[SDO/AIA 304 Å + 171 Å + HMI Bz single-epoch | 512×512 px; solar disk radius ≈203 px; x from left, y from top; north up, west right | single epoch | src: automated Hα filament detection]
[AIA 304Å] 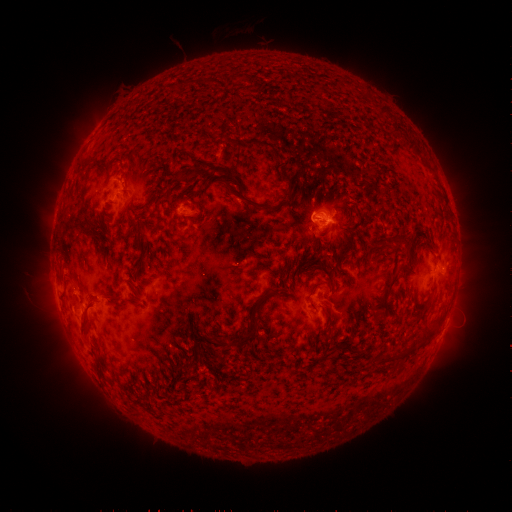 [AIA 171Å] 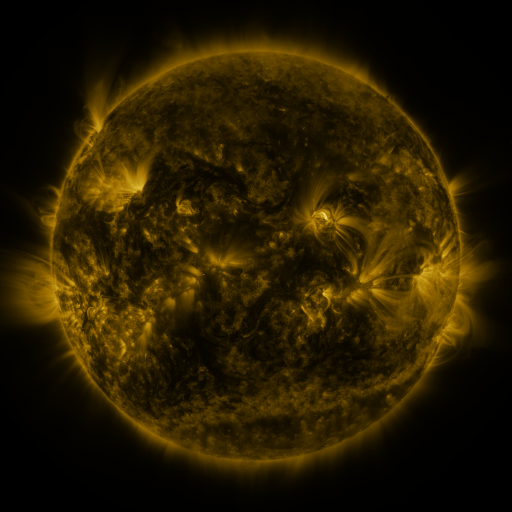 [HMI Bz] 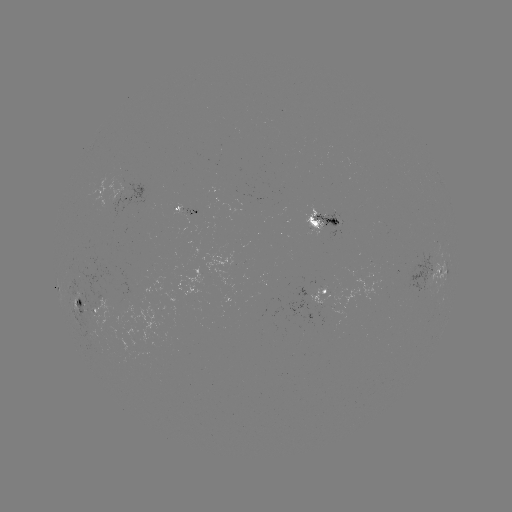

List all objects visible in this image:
filament: (268, 145)
filament: (416, 149)
filament: (186, 173)
filament: (287, 180)
filament: (244, 198)
filament: (199, 218)
filament: (132, 220)
filament: (95, 225)
filament: (407, 270)
filament: (393, 282)
filament: (317, 286)
filament: (84, 324)
filament: (427, 336)
filament: (240, 340)
filament: (405, 351)
